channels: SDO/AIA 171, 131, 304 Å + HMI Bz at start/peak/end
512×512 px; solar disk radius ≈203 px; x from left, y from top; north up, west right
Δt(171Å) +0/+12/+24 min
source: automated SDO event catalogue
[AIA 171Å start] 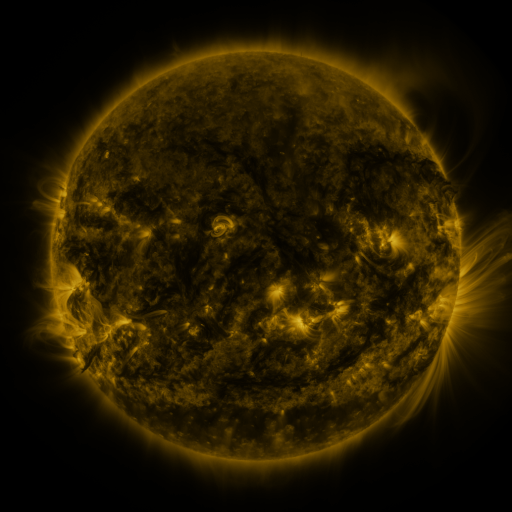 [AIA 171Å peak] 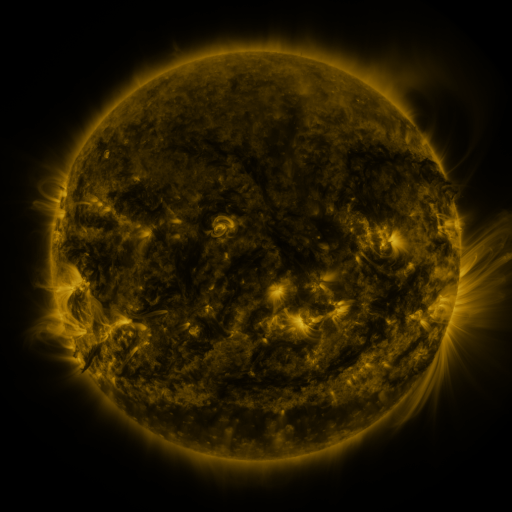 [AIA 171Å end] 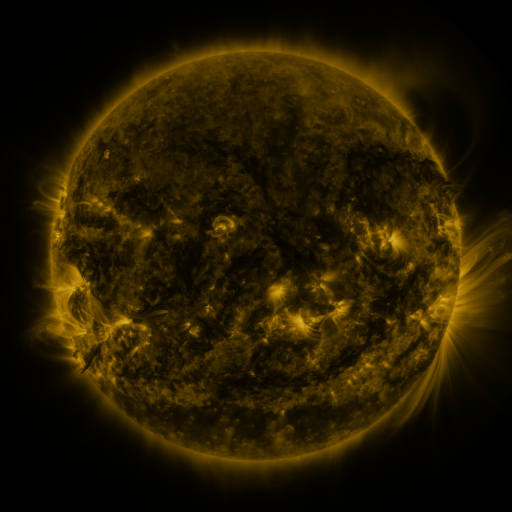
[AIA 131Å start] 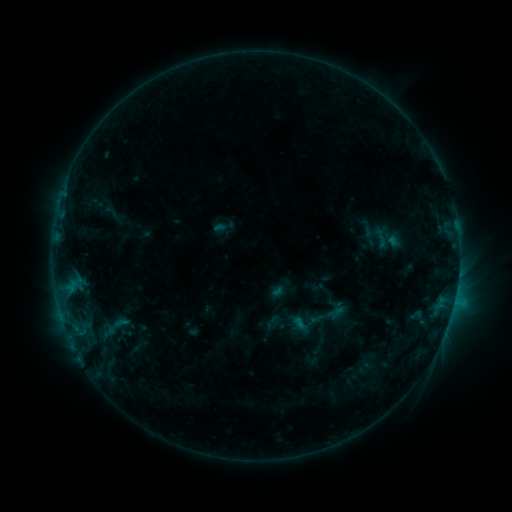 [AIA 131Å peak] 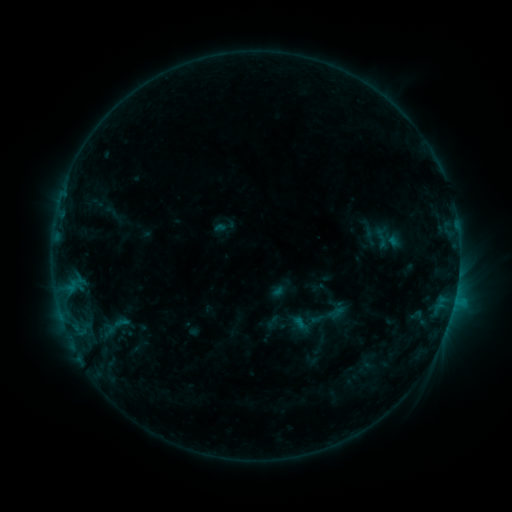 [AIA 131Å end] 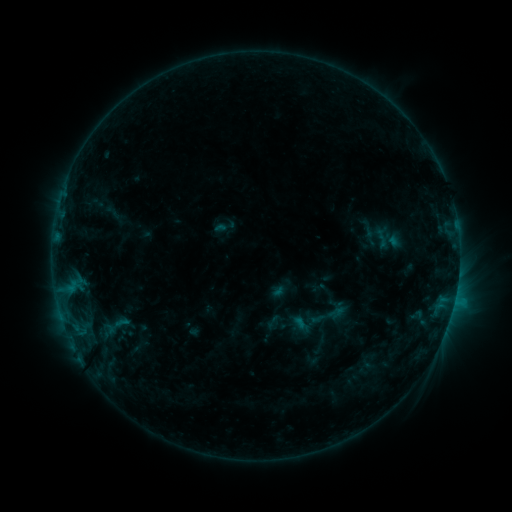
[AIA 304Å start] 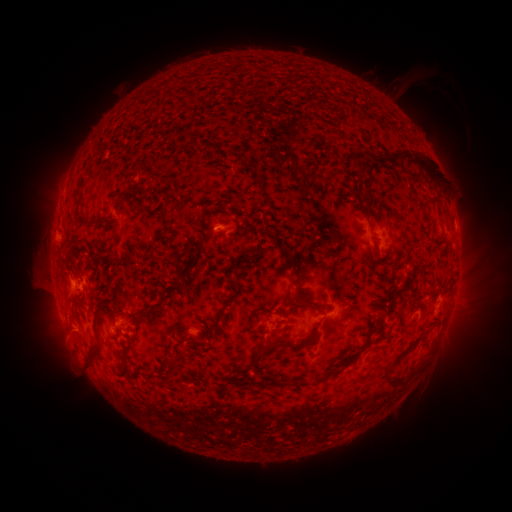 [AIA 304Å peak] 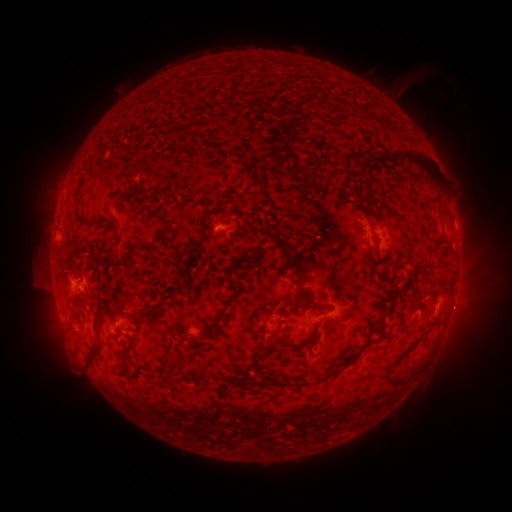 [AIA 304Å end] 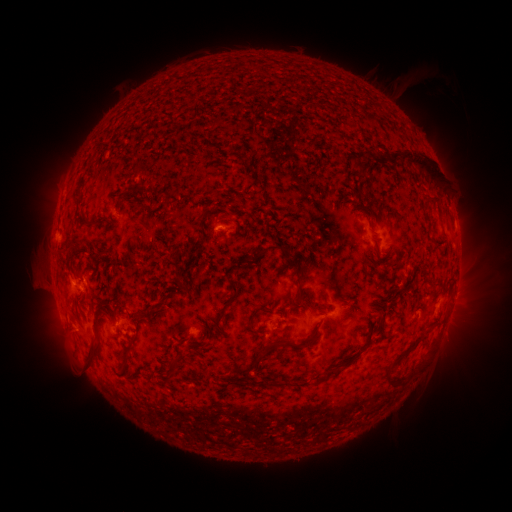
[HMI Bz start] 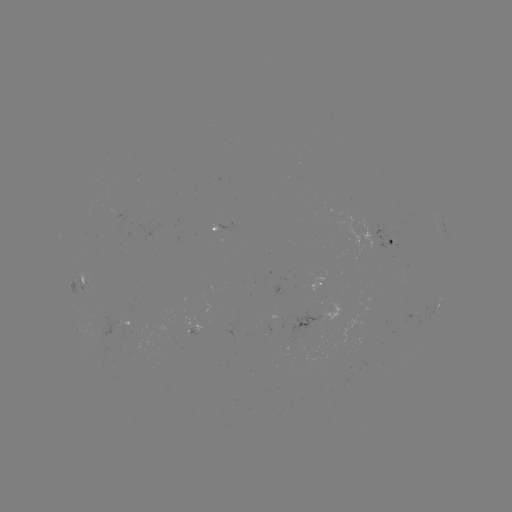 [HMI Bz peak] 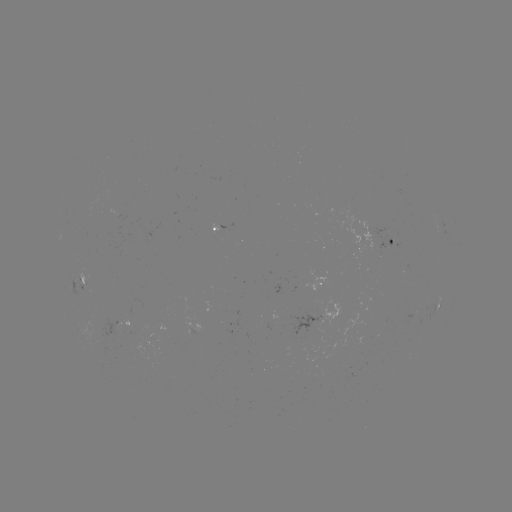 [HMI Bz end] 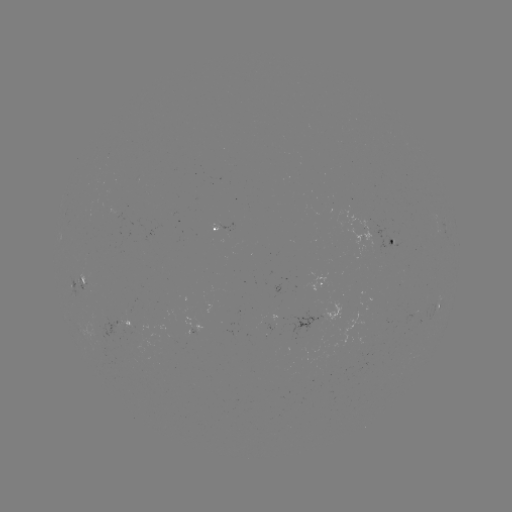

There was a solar eruption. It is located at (463, 310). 